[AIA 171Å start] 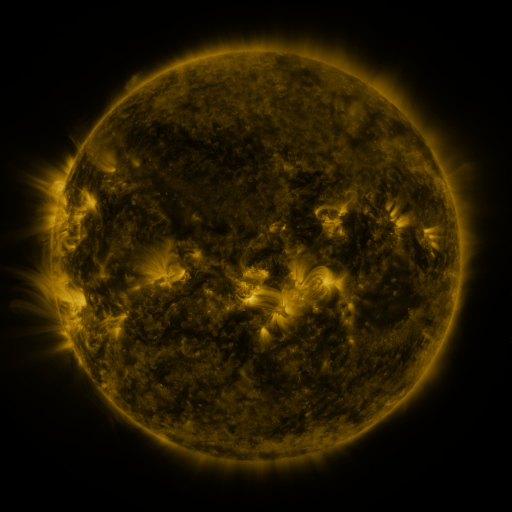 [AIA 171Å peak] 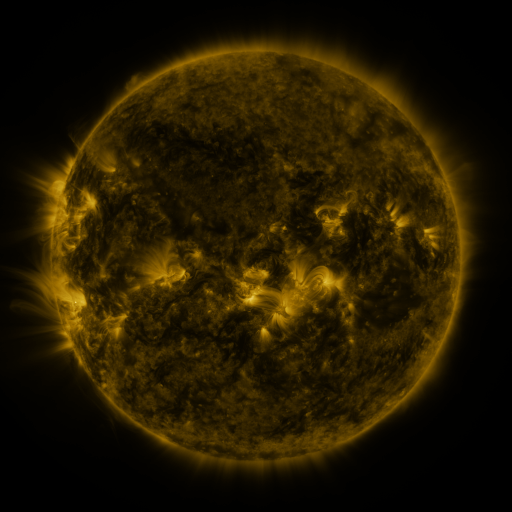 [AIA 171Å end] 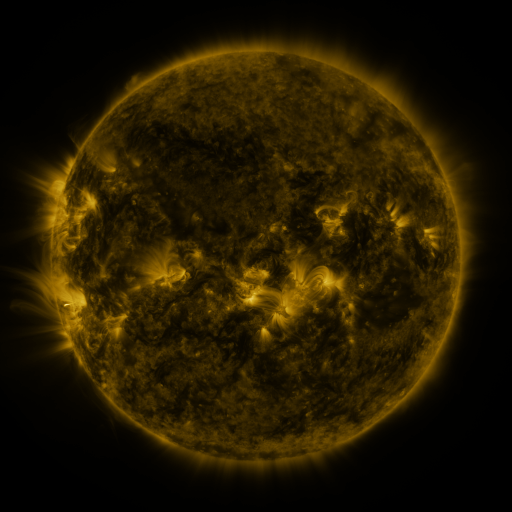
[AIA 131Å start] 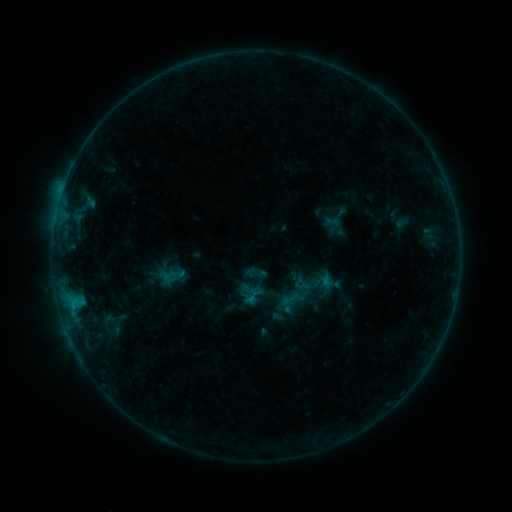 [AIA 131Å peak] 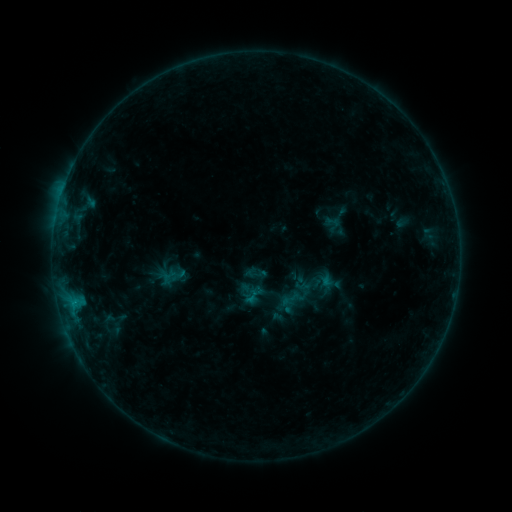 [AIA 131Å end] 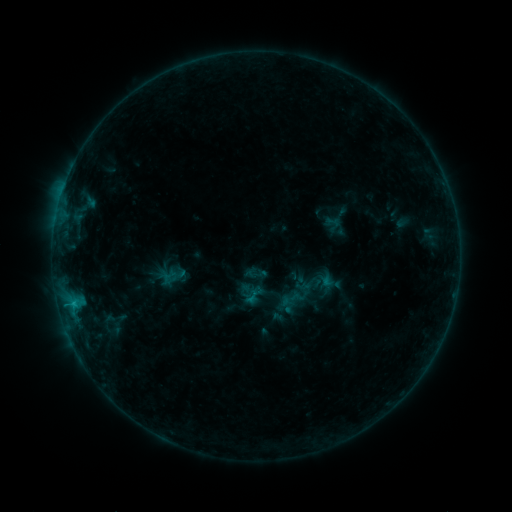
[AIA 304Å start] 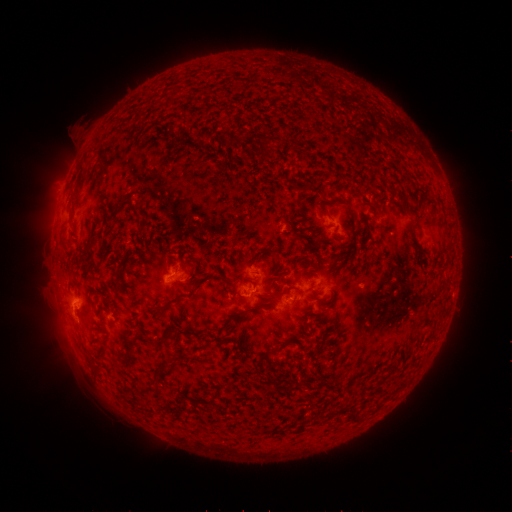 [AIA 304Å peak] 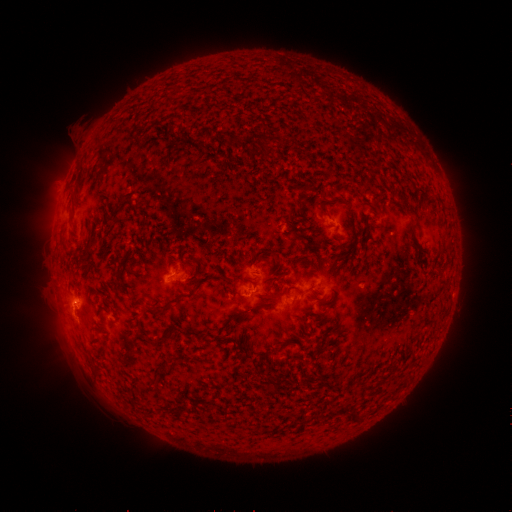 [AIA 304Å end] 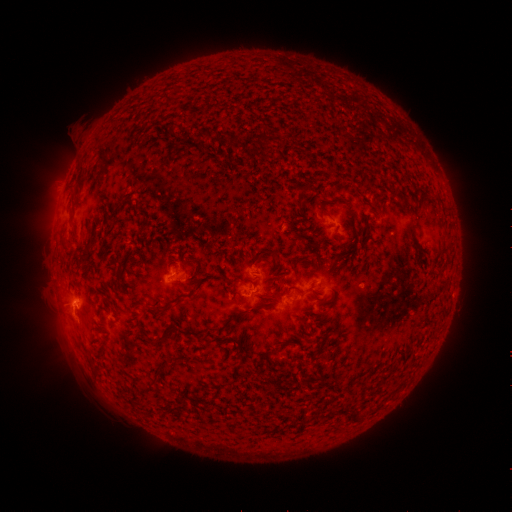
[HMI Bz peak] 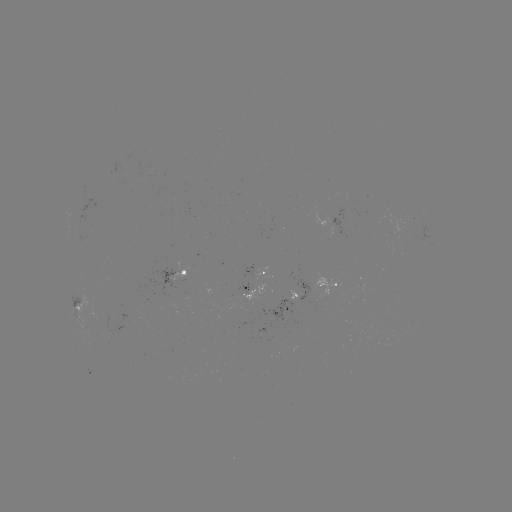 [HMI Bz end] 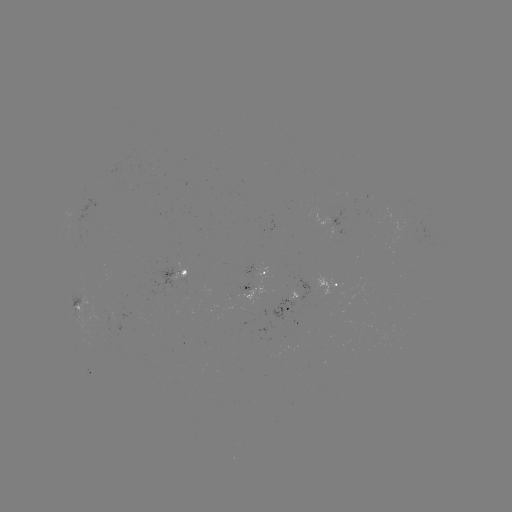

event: flare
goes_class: B5.7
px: (74, 301)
